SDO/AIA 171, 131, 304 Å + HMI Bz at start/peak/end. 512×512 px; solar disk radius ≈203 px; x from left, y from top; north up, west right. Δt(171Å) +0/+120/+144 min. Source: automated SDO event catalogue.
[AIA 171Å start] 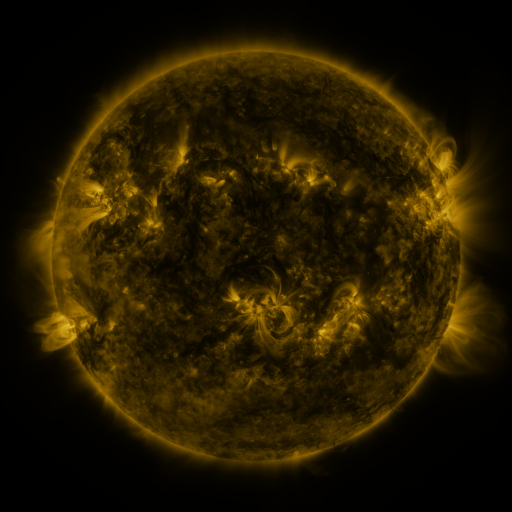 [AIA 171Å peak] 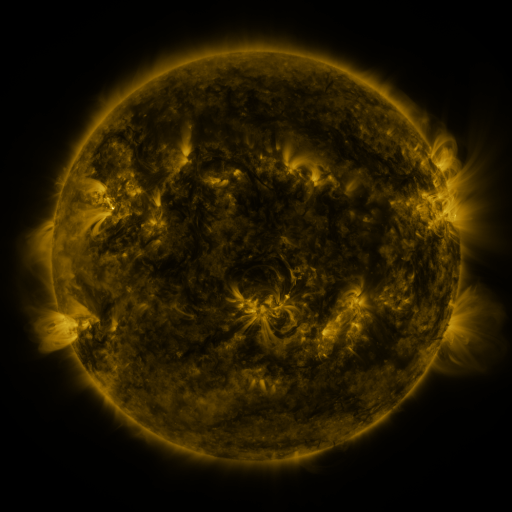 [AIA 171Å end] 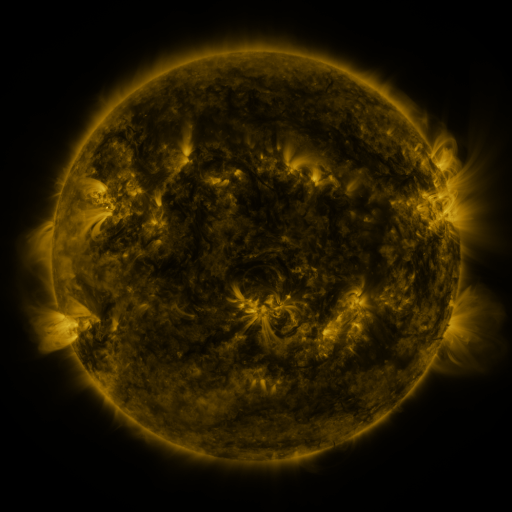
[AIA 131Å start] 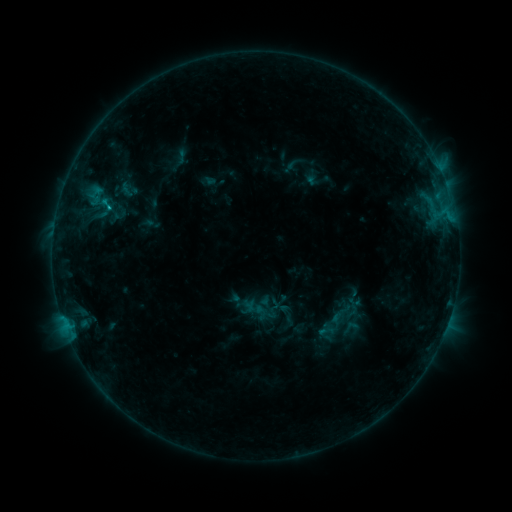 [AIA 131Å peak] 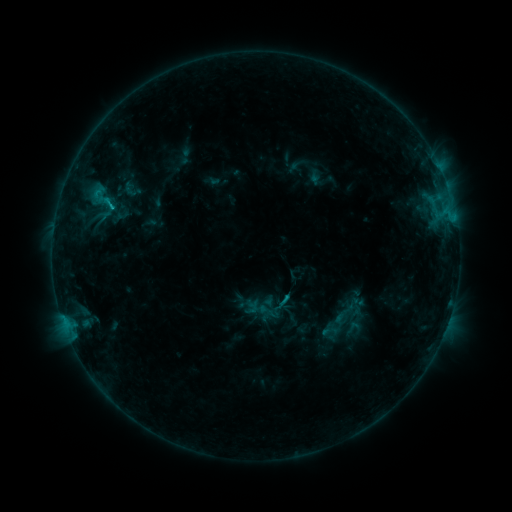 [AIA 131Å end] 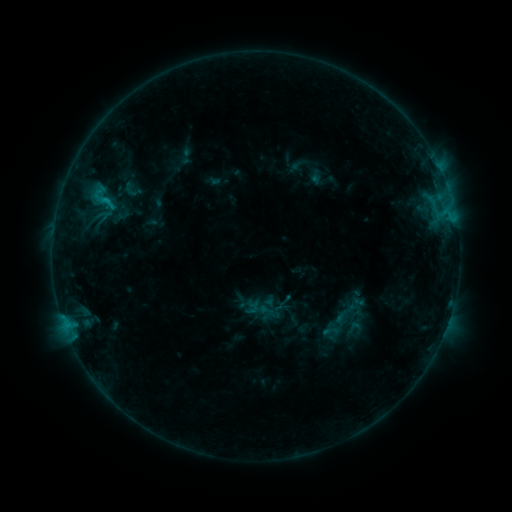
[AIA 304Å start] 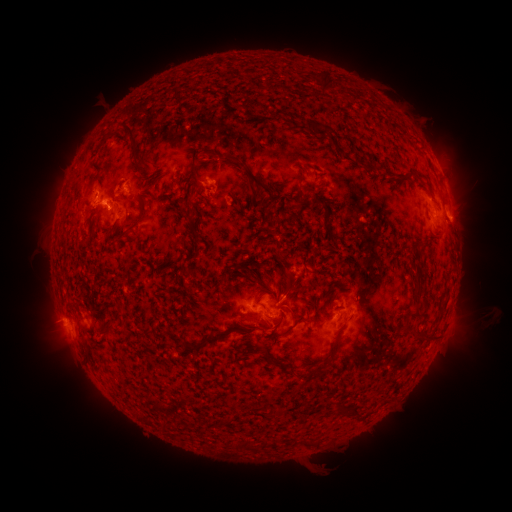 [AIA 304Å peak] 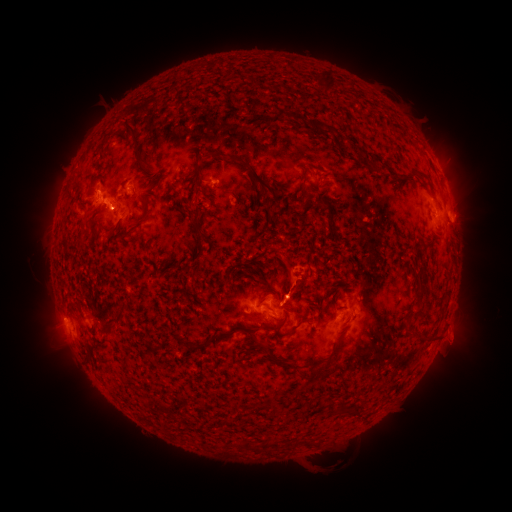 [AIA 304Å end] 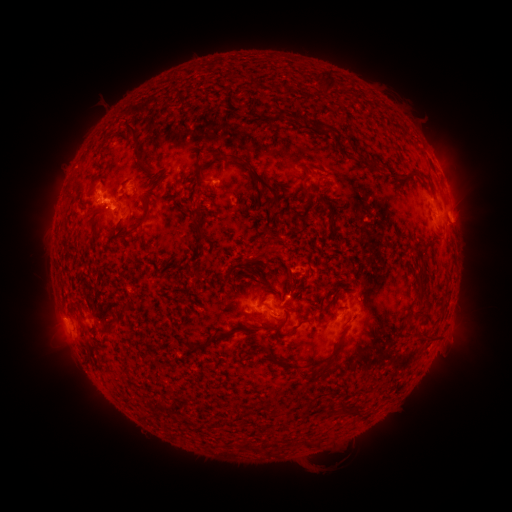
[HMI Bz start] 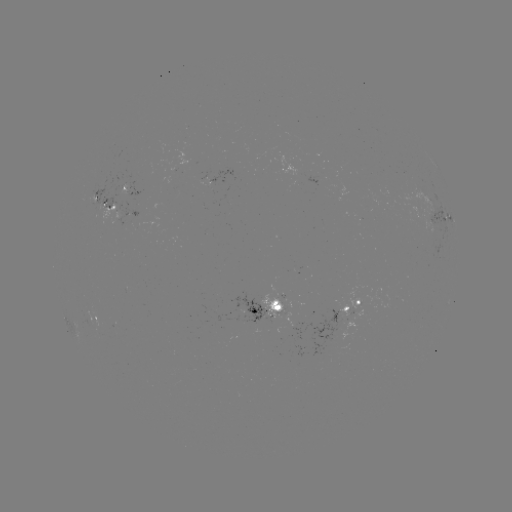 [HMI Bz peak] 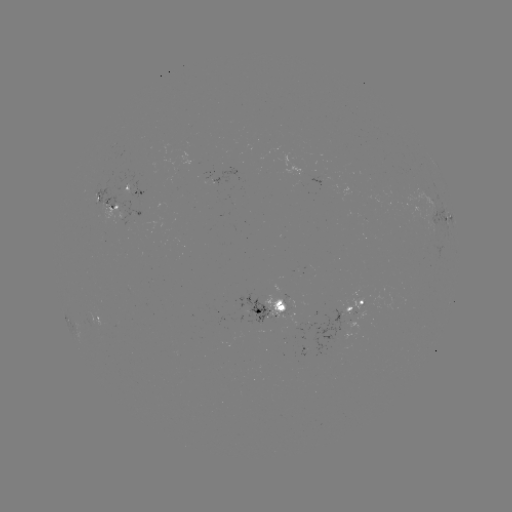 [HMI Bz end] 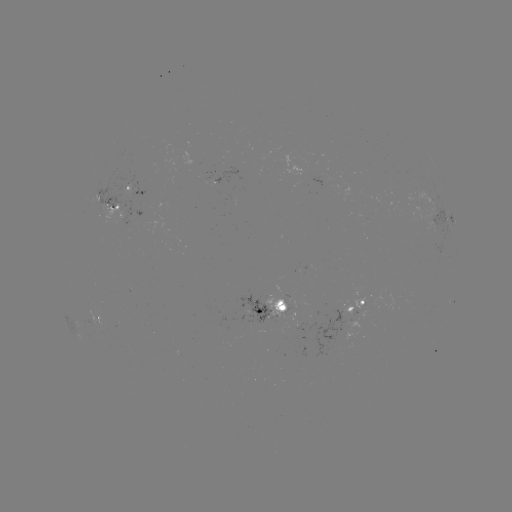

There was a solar emerging-flux region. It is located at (275, 312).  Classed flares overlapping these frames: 6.